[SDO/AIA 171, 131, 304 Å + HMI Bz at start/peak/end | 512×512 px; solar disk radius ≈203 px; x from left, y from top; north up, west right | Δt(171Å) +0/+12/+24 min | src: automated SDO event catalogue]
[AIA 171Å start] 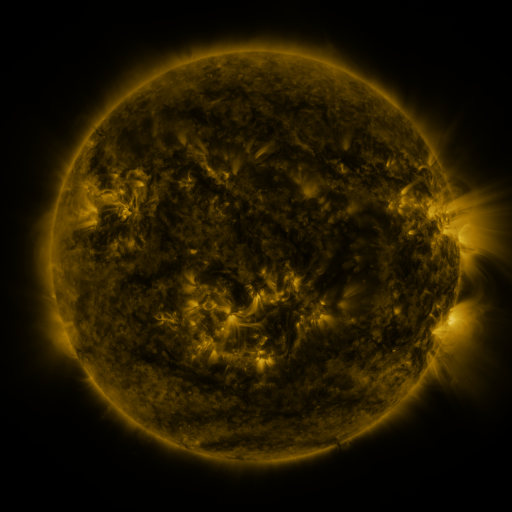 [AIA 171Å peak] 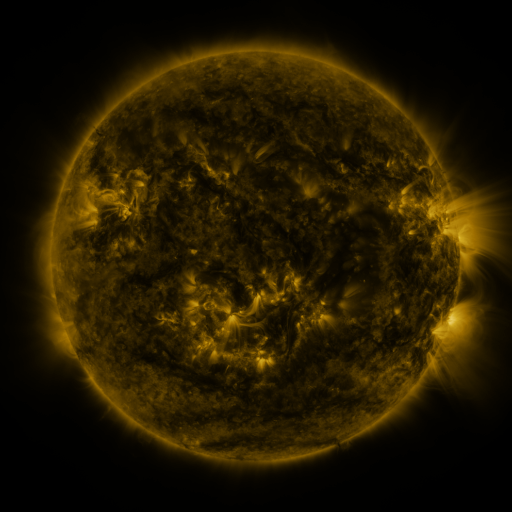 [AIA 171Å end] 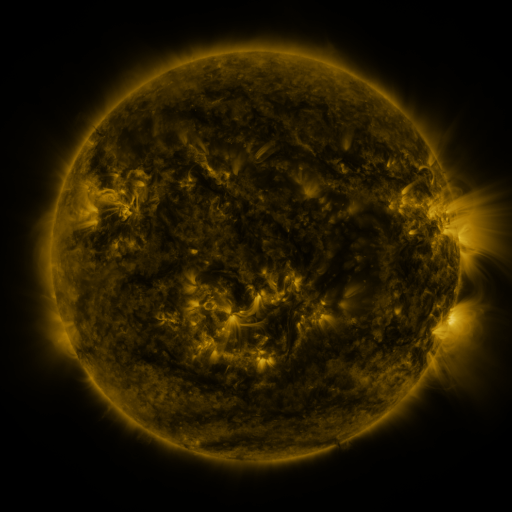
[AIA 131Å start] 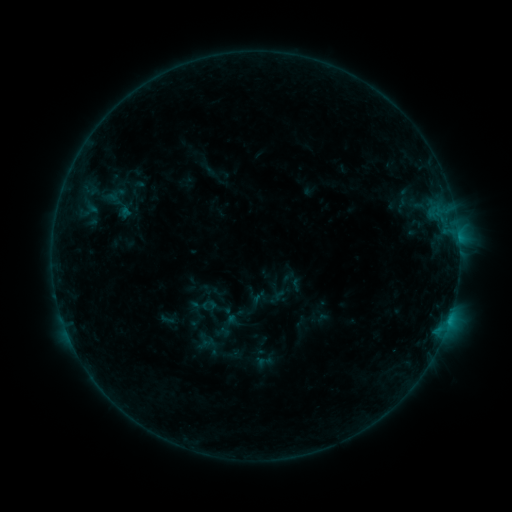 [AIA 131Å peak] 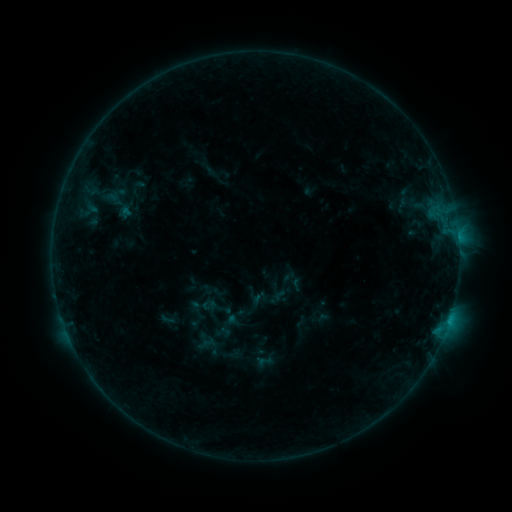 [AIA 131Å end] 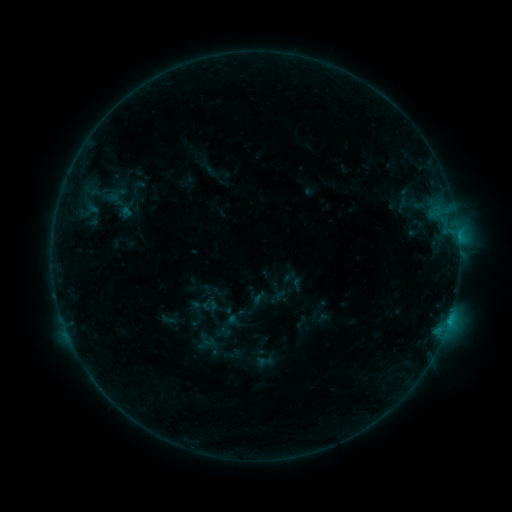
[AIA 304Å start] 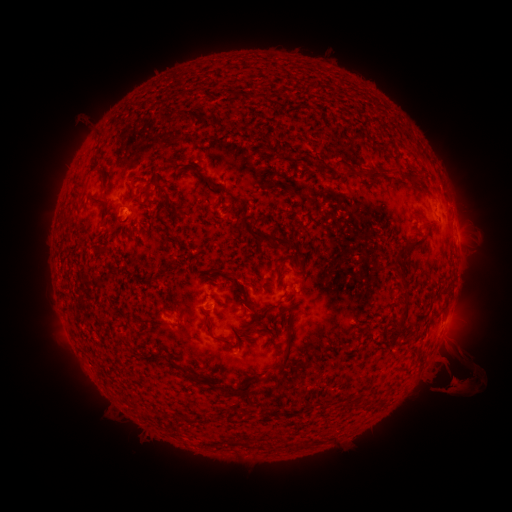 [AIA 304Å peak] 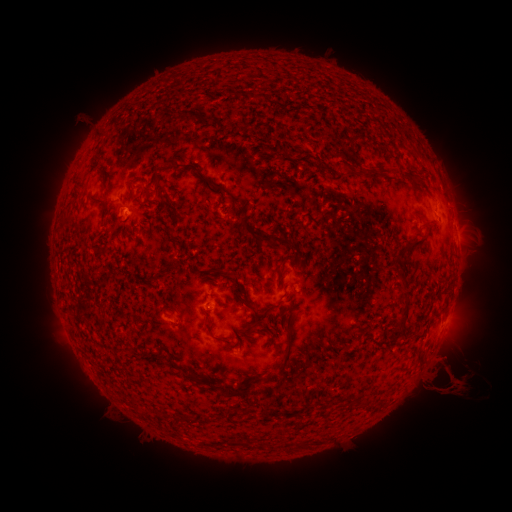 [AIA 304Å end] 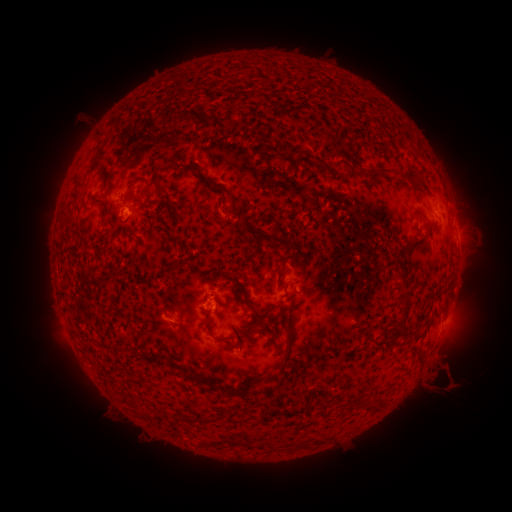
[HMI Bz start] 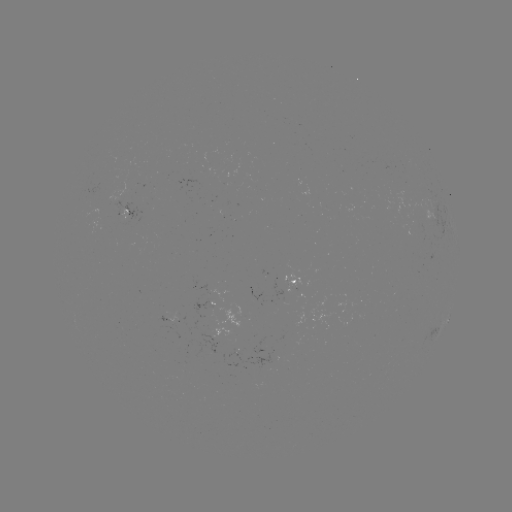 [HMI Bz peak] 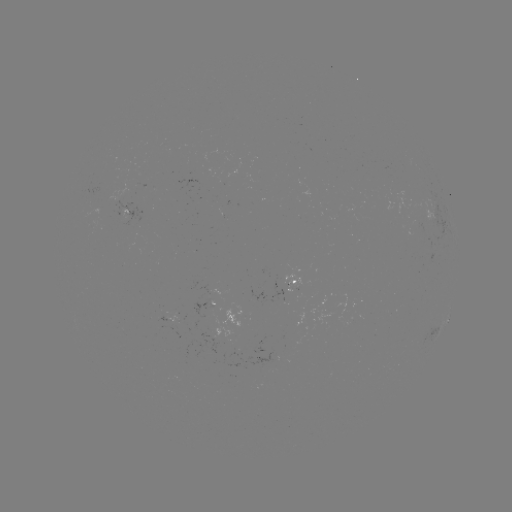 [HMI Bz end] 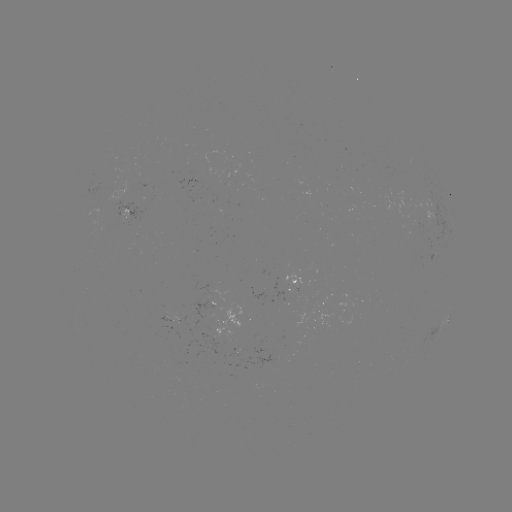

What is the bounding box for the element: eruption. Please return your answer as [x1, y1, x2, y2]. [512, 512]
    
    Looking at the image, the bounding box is [431, 331, 482, 404].